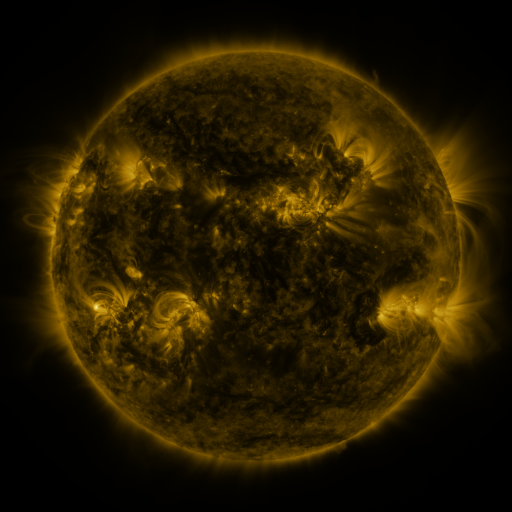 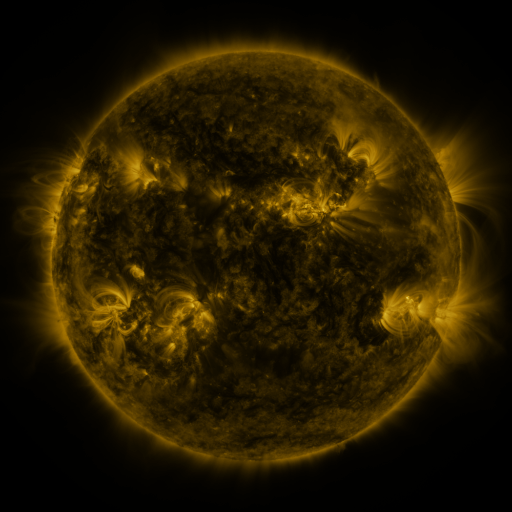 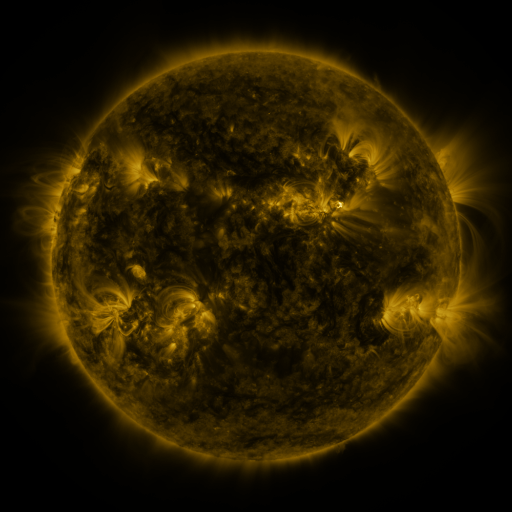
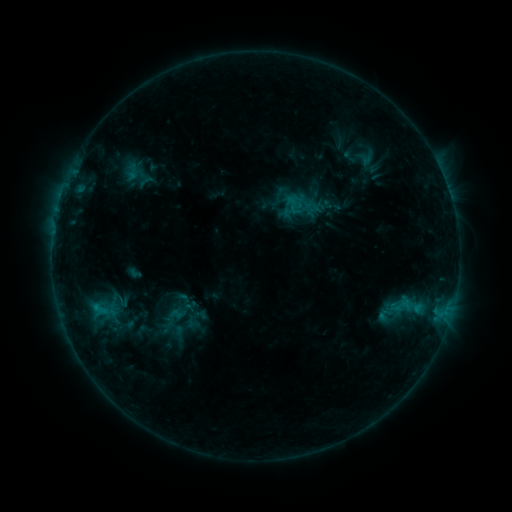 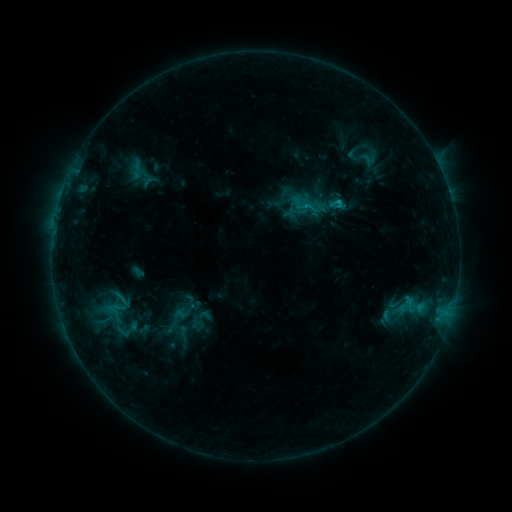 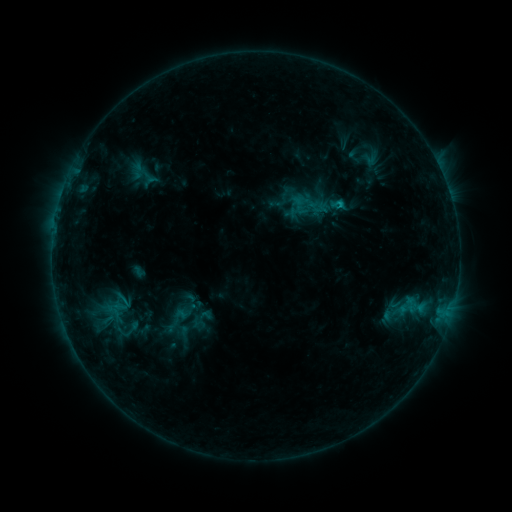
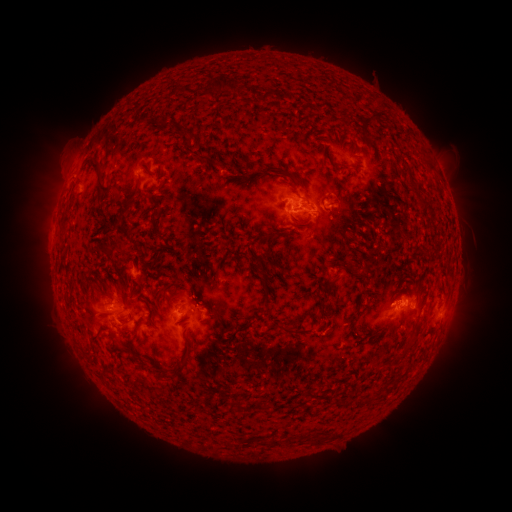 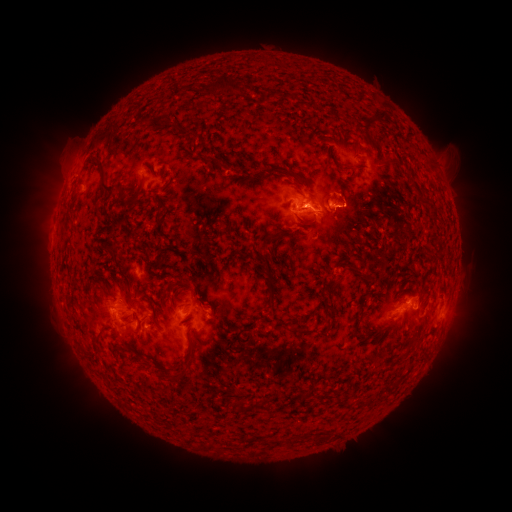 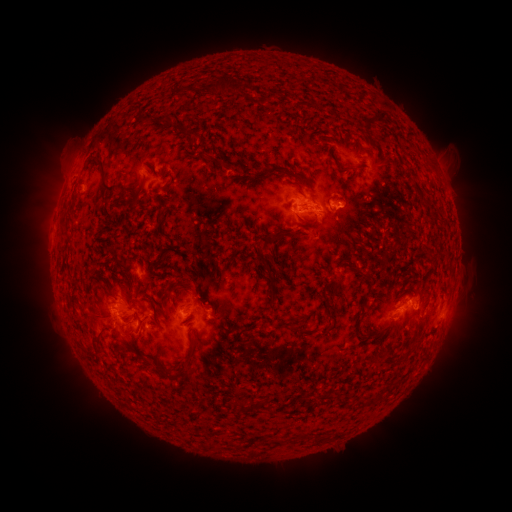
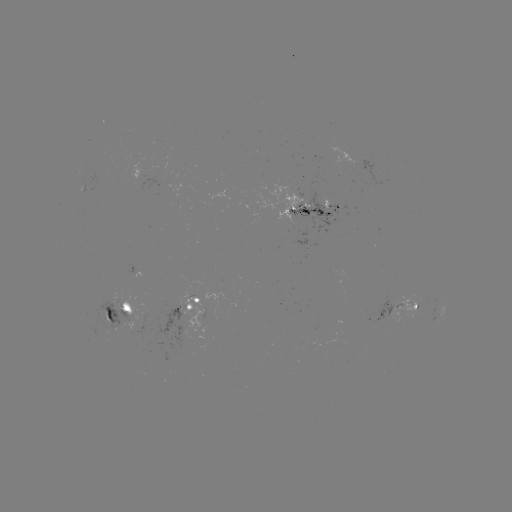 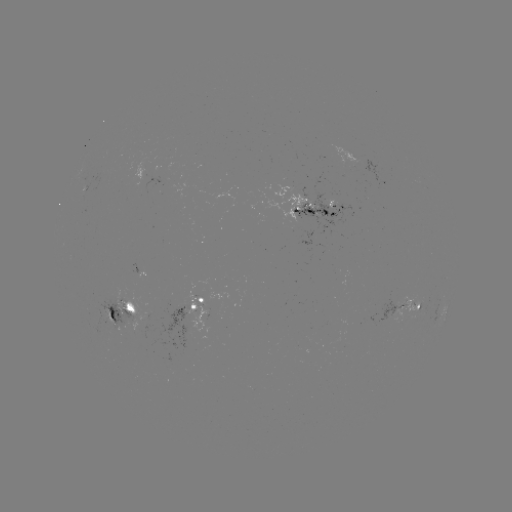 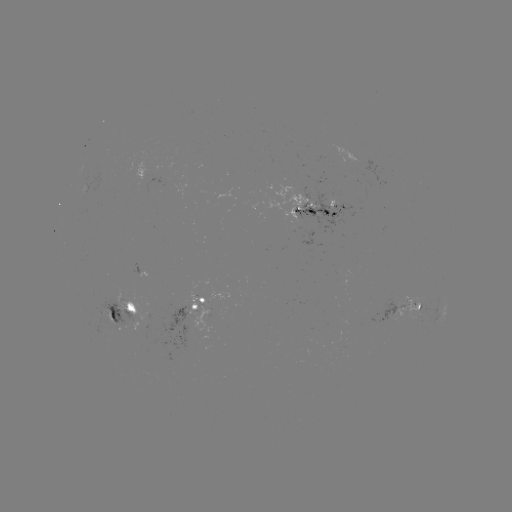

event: emerging-flux region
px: (393, 307)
